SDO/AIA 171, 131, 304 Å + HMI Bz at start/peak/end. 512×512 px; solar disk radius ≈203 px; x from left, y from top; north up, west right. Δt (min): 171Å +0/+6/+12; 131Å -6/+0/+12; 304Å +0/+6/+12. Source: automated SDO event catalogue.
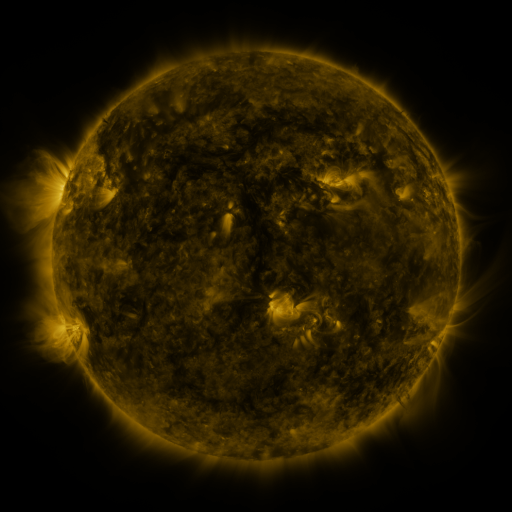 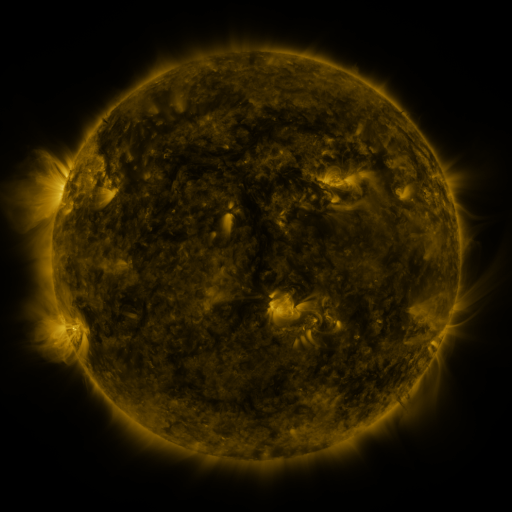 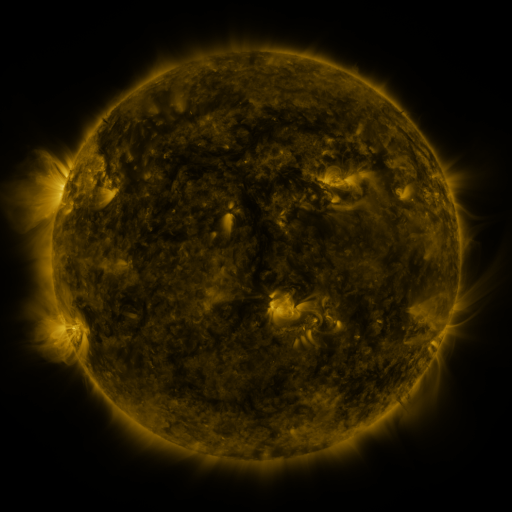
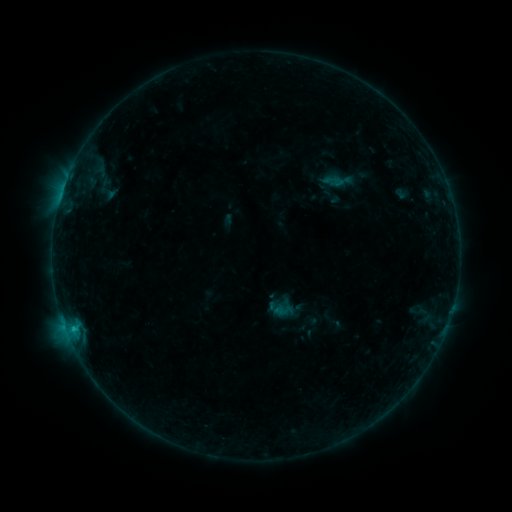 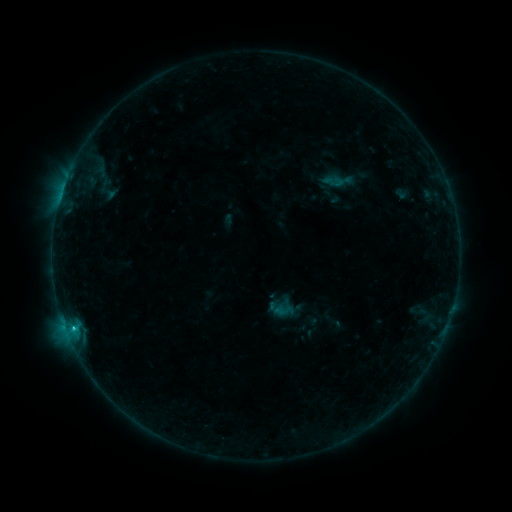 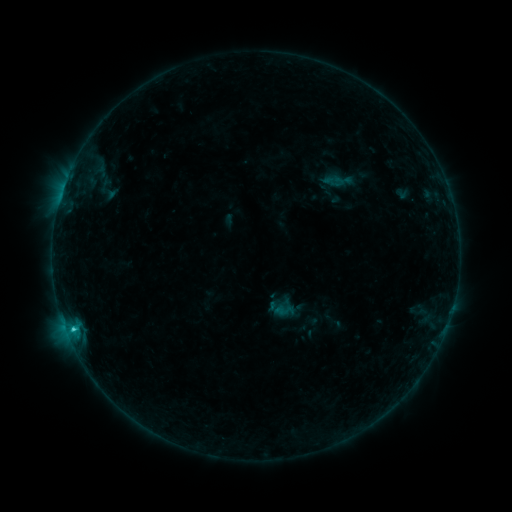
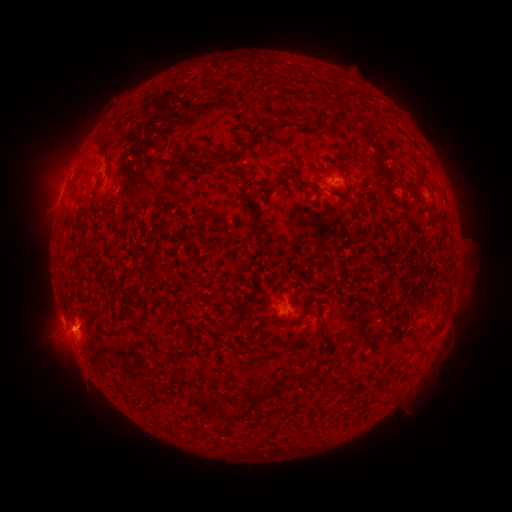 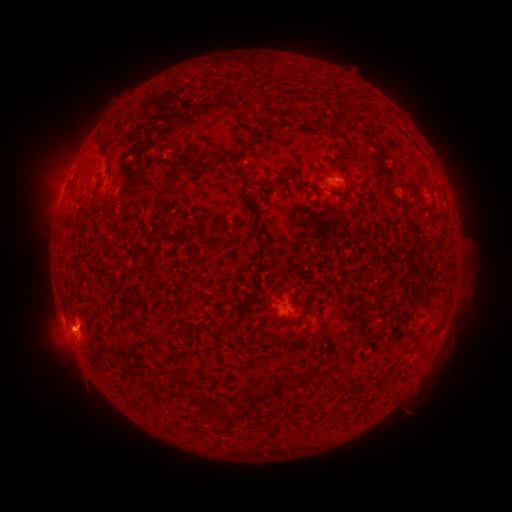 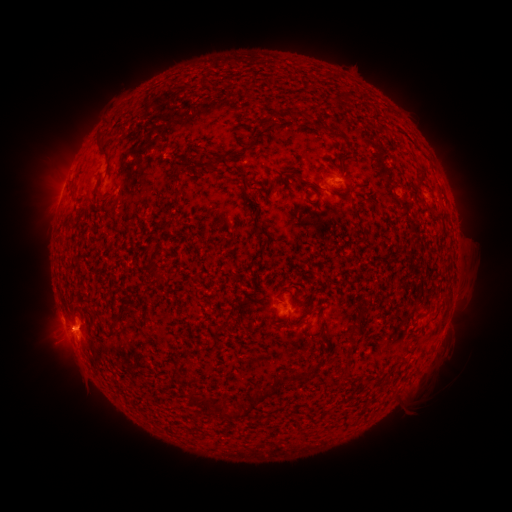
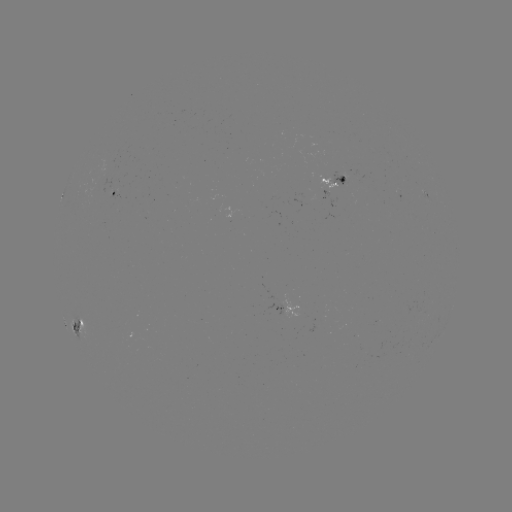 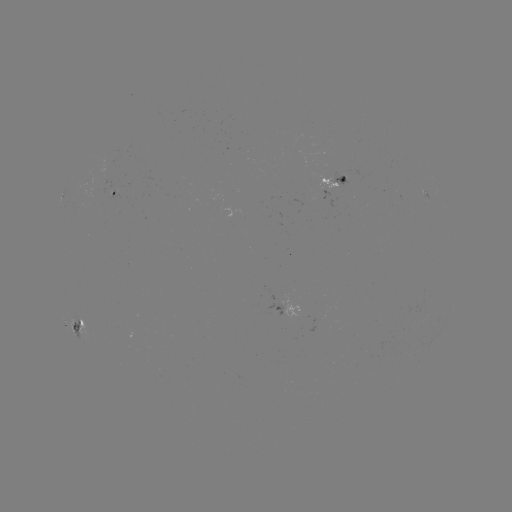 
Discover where C2.2 flare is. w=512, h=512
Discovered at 73,327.